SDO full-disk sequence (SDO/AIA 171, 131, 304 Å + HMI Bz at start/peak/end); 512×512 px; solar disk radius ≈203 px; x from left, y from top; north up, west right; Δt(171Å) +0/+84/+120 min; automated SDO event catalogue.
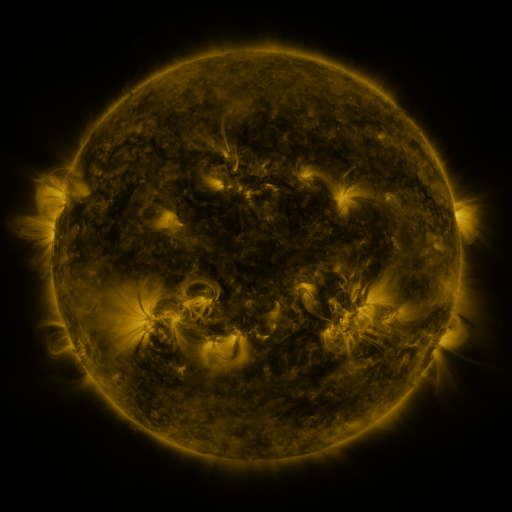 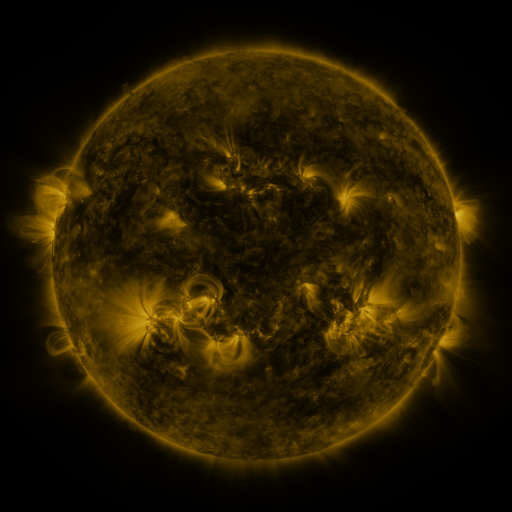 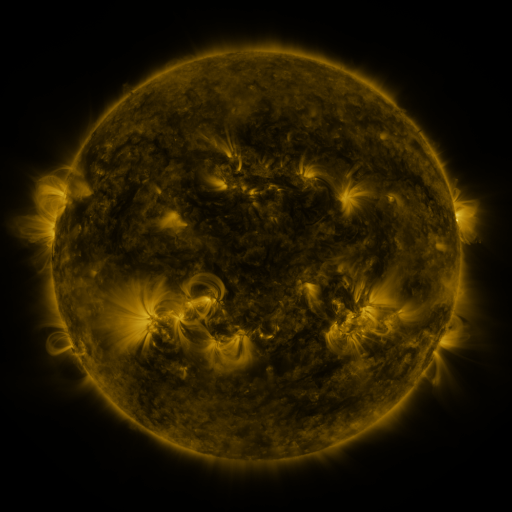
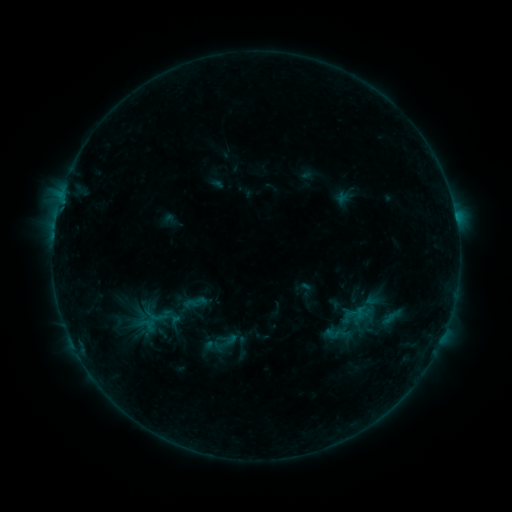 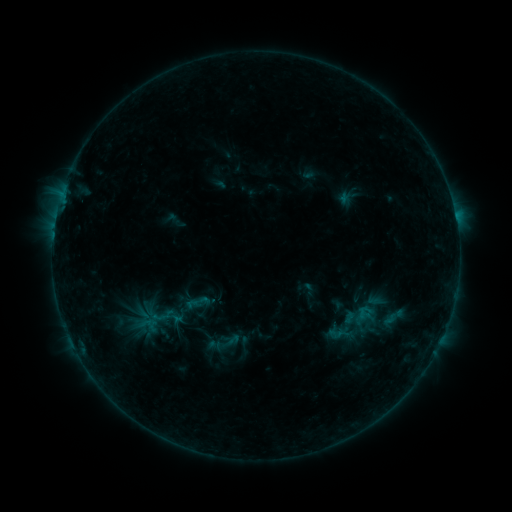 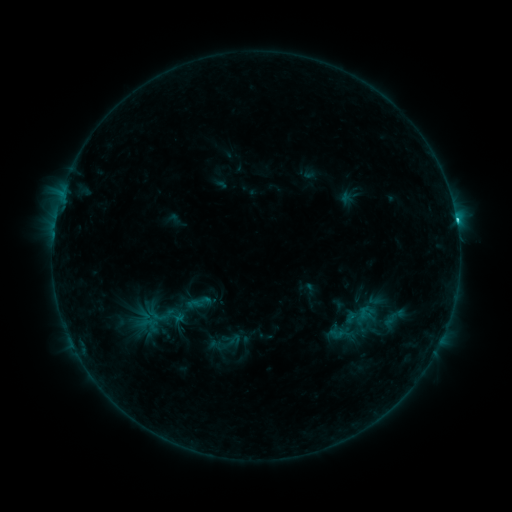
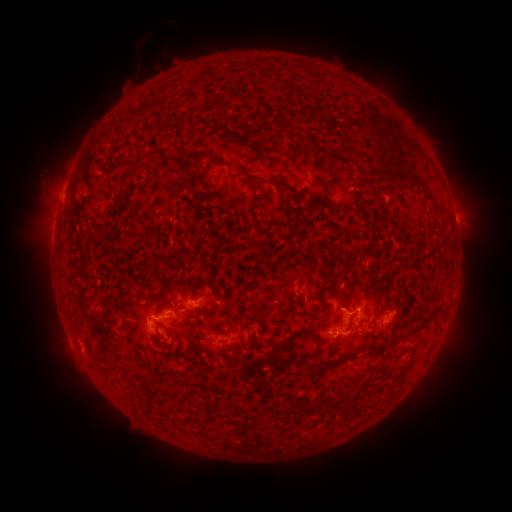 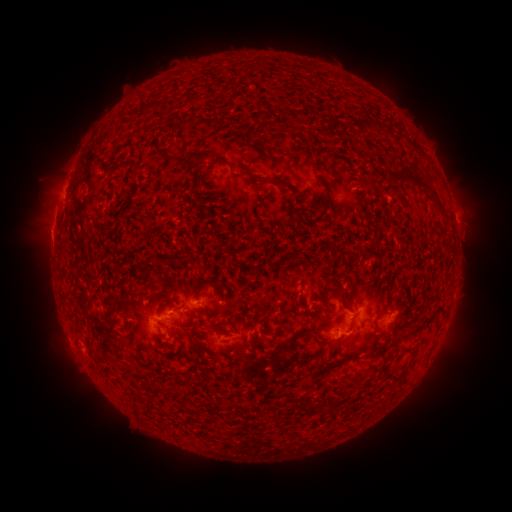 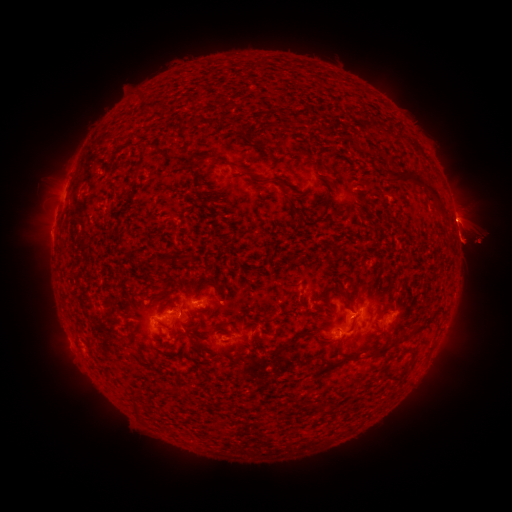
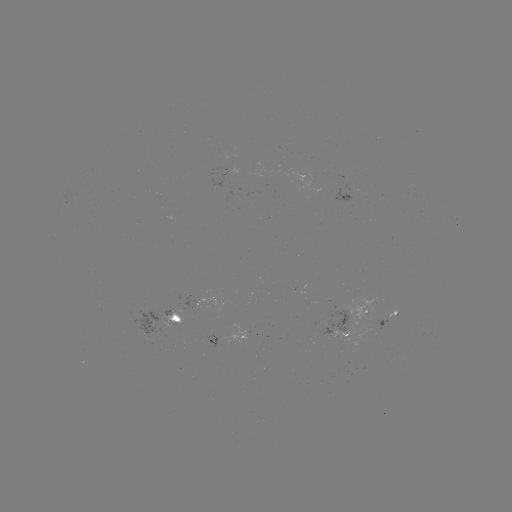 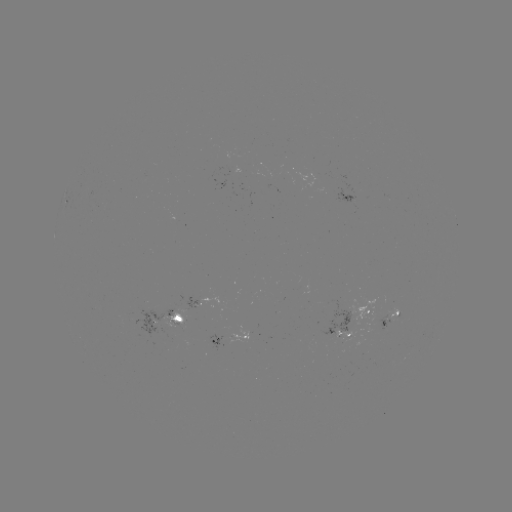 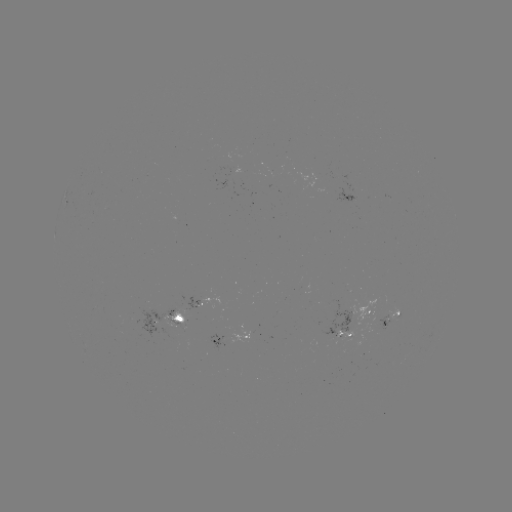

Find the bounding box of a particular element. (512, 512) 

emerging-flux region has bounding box [366, 314, 388, 332].